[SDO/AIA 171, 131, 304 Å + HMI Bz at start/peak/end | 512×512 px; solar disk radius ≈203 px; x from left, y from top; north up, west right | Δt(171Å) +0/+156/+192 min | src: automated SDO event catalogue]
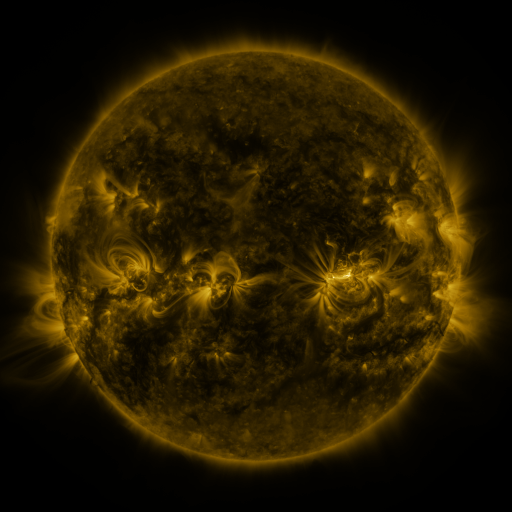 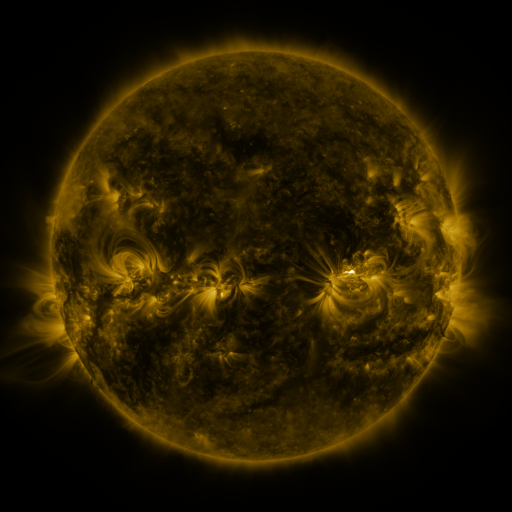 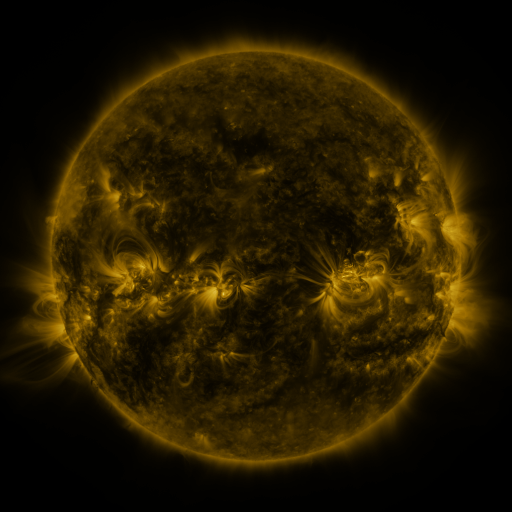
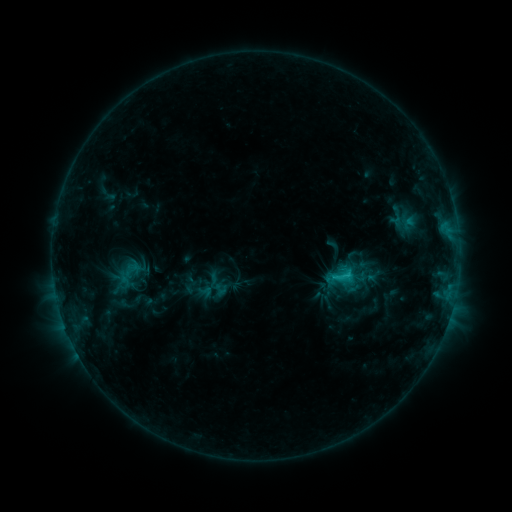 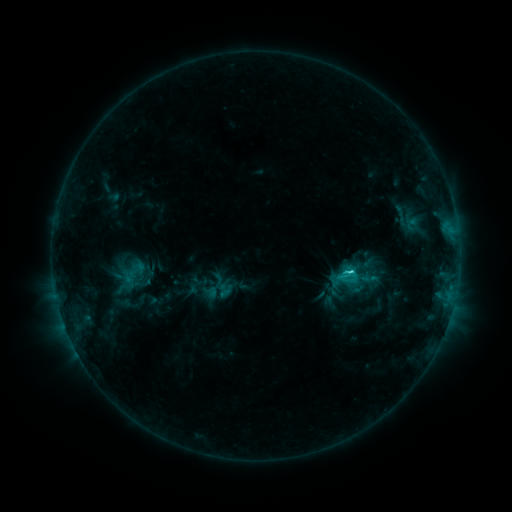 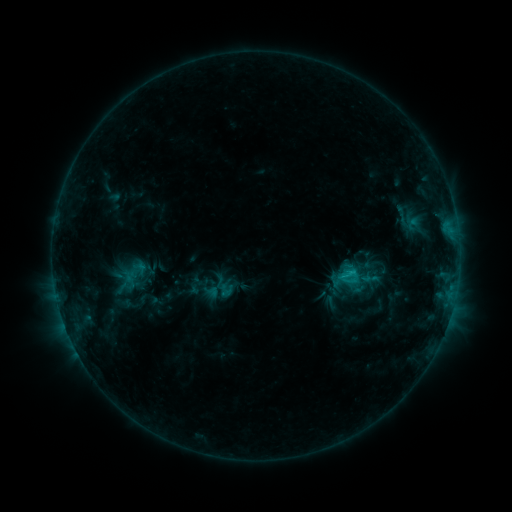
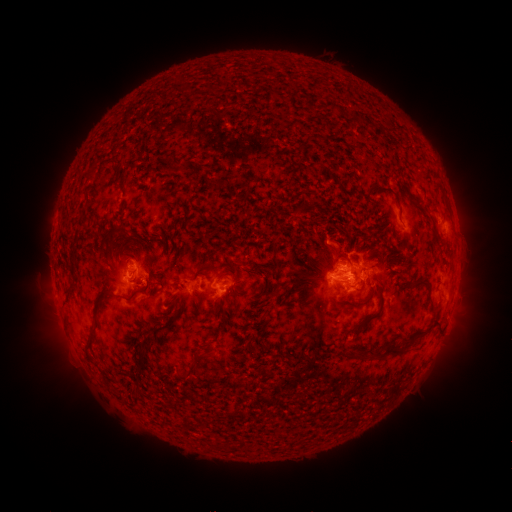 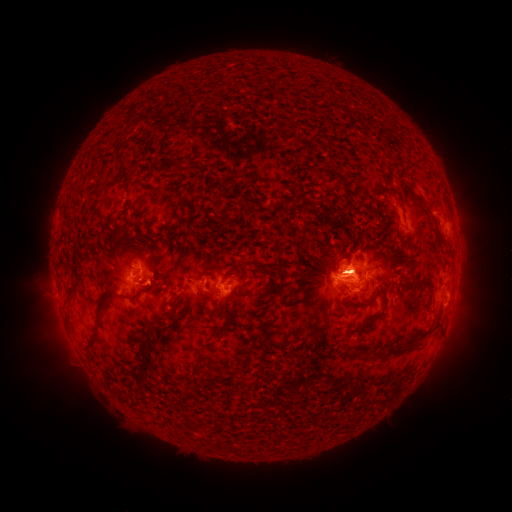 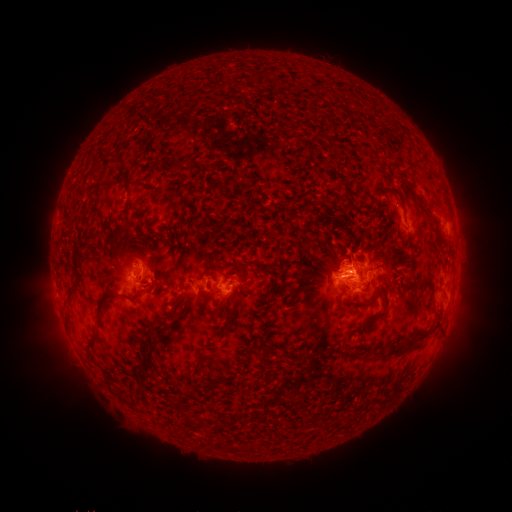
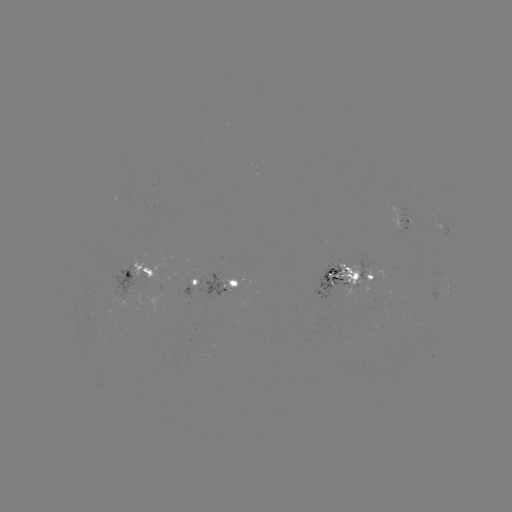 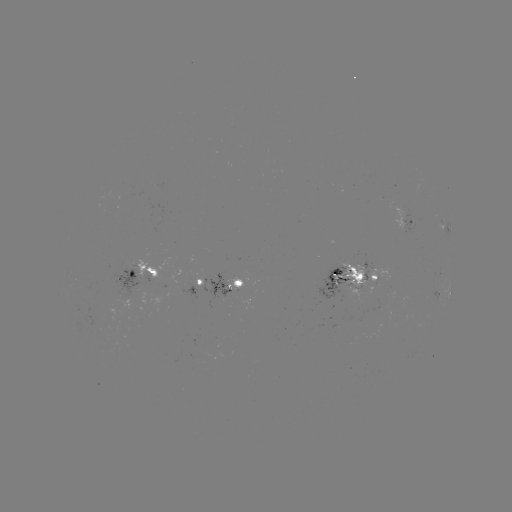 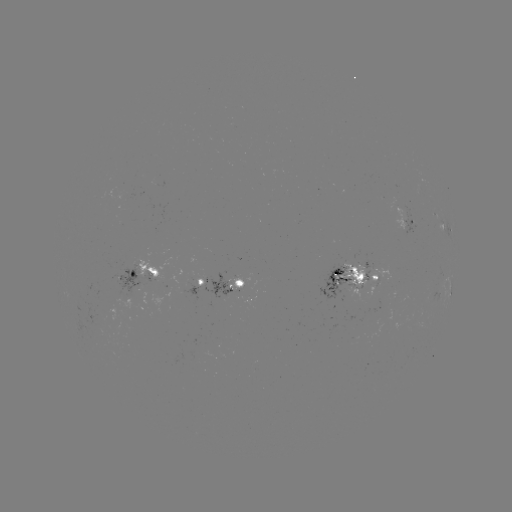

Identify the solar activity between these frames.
emerging-flux region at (368, 281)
